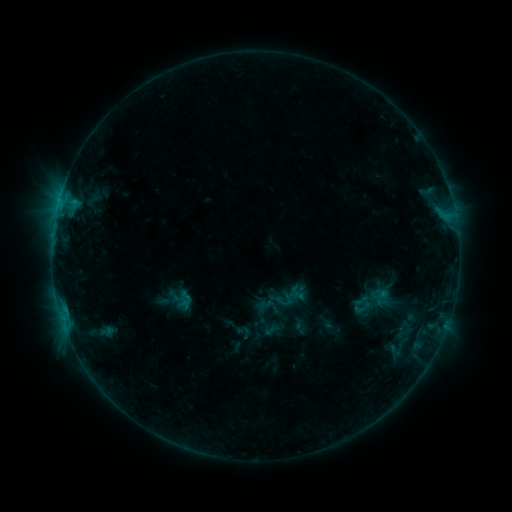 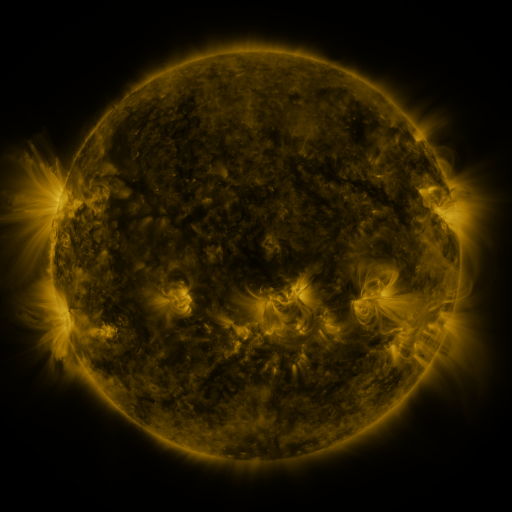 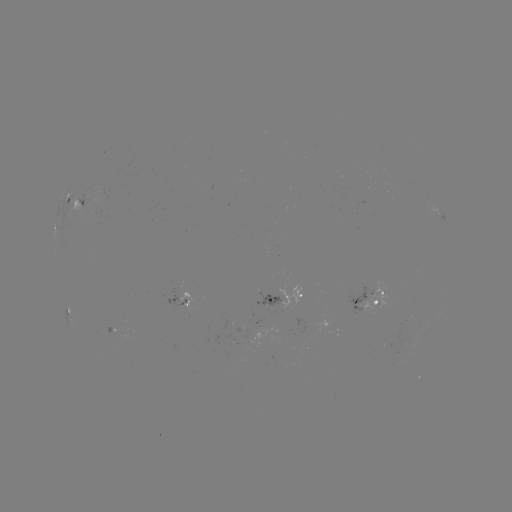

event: sigmoid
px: (363, 307)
